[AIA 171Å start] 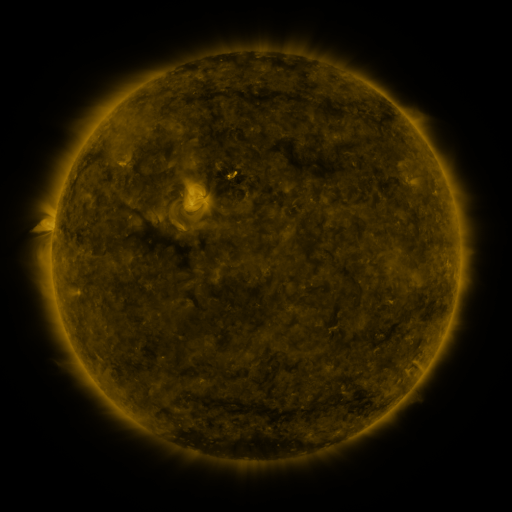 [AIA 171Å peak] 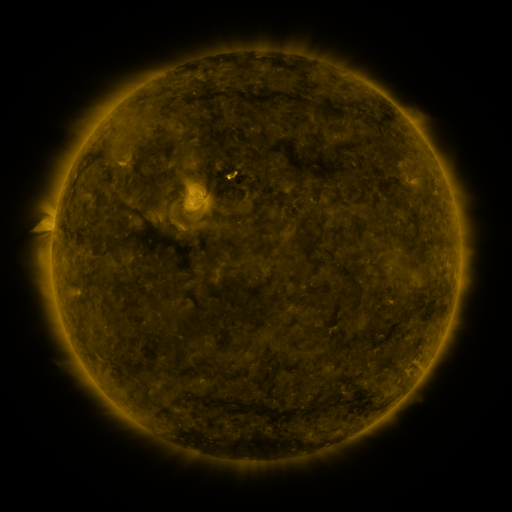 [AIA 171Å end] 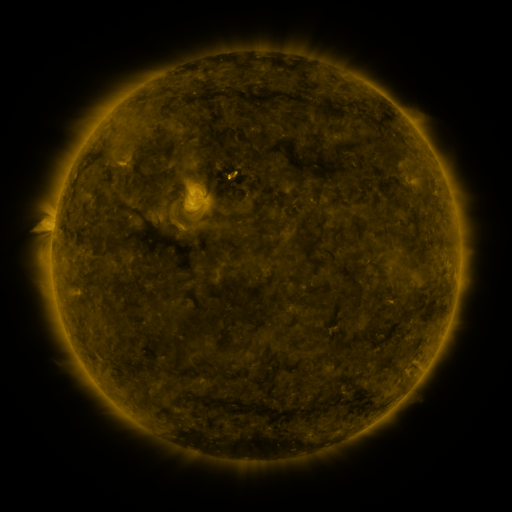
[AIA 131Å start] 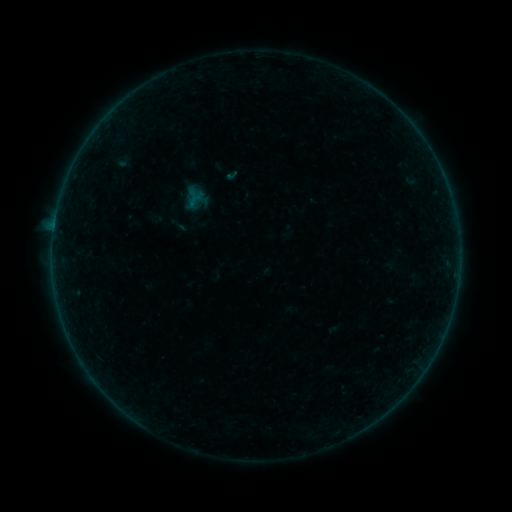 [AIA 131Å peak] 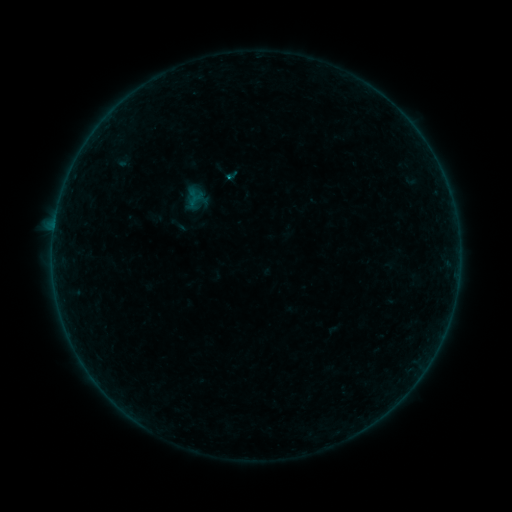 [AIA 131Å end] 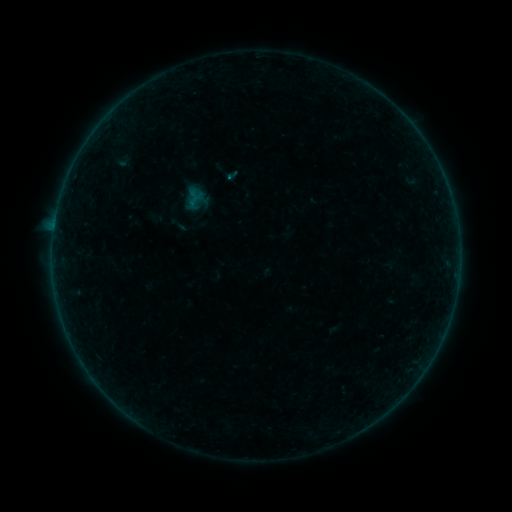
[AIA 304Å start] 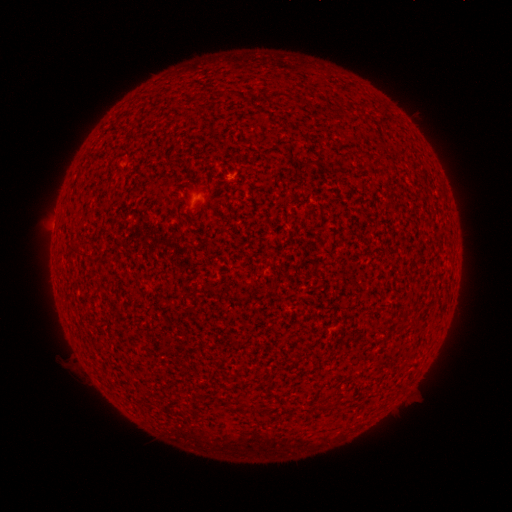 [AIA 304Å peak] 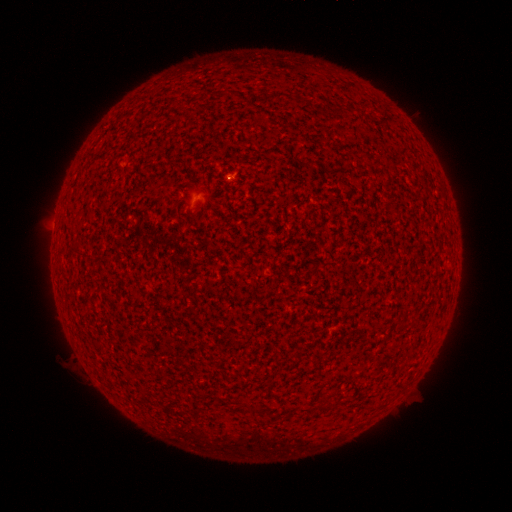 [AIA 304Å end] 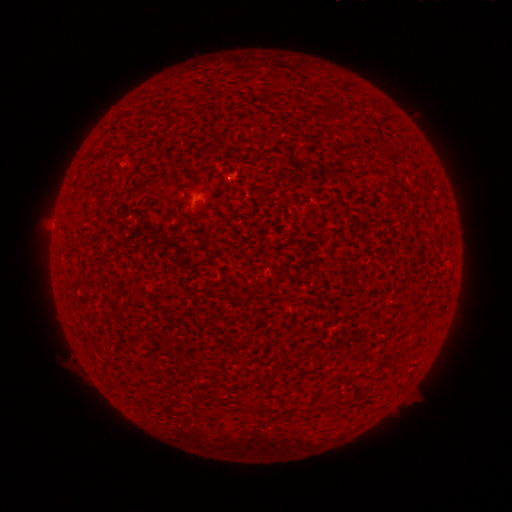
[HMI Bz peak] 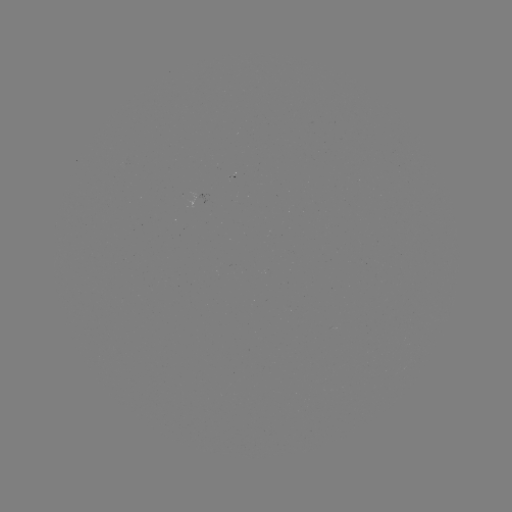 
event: flare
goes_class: B1.0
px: (228, 181)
